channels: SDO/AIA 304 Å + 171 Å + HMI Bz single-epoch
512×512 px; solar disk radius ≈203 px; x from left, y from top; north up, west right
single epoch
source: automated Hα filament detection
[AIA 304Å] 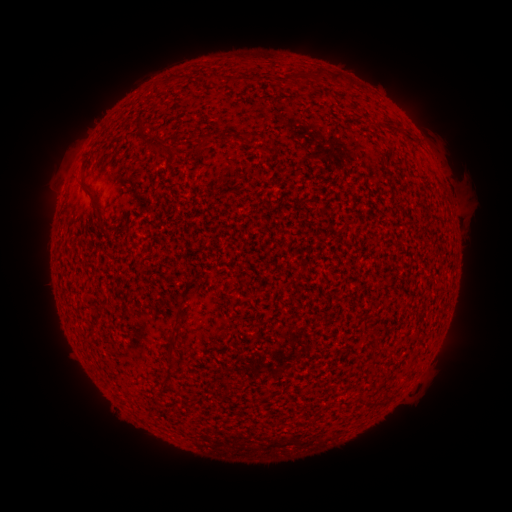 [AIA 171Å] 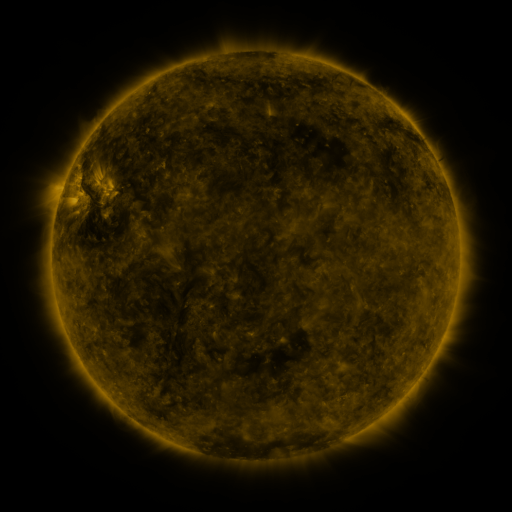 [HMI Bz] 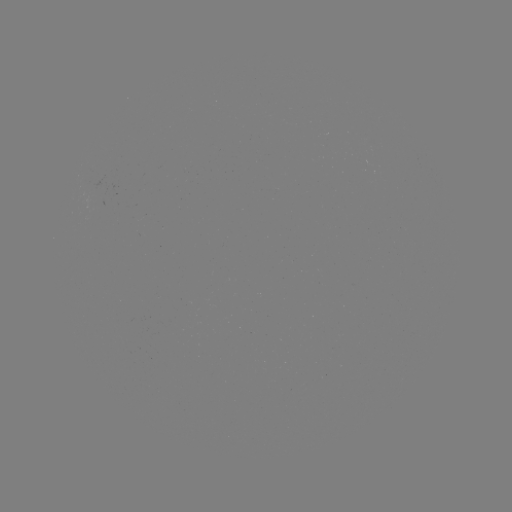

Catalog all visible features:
filament: (215, 76)
filament: (320, 77)
filament: (247, 79)
filament: (337, 79)
filament: (145, 135)
filament: (204, 142)
filament: (161, 147)
filament: (96, 202)
filament: (171, 342)
filament: (367, 367)
